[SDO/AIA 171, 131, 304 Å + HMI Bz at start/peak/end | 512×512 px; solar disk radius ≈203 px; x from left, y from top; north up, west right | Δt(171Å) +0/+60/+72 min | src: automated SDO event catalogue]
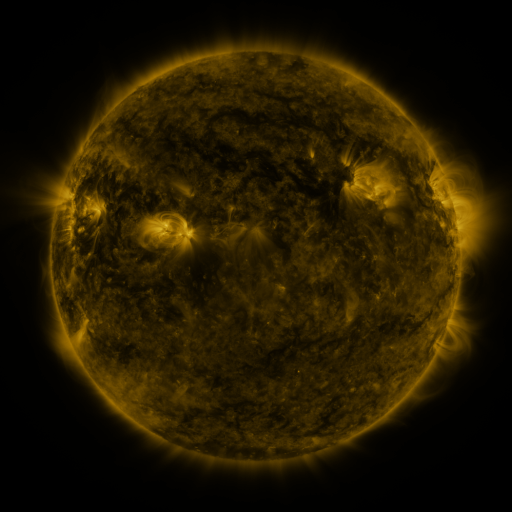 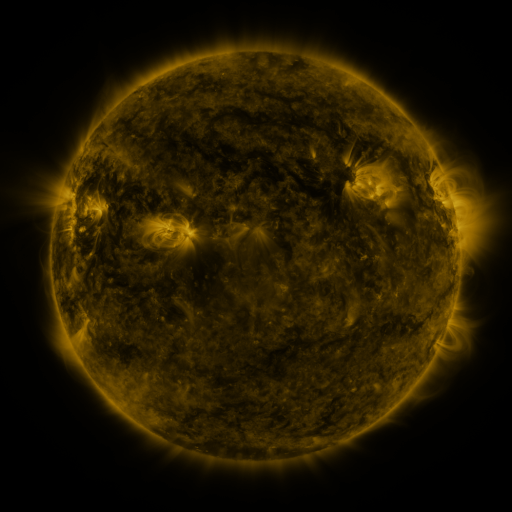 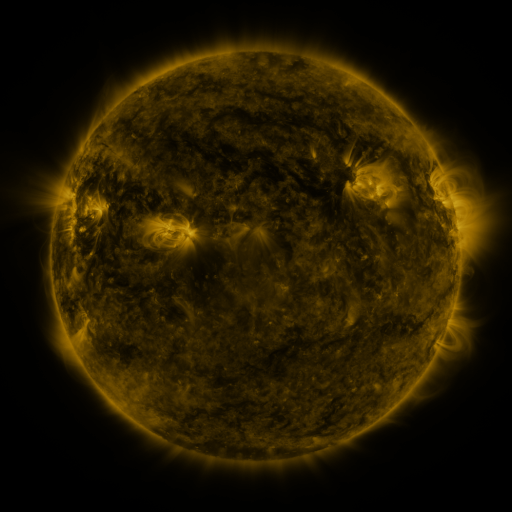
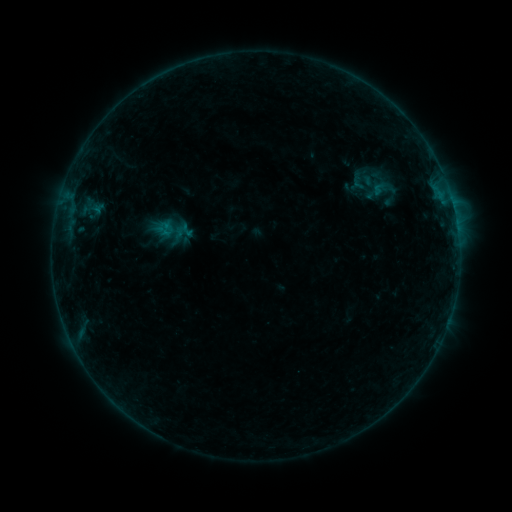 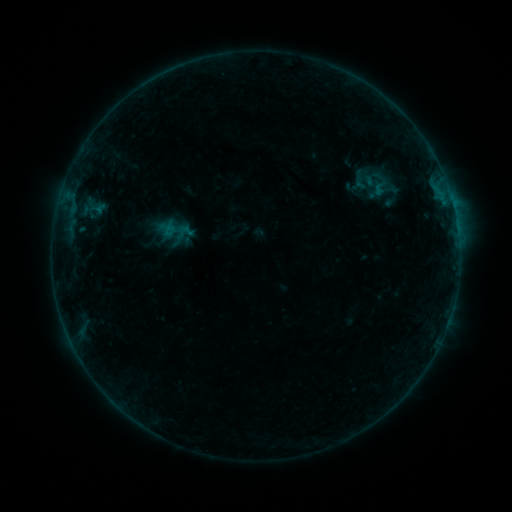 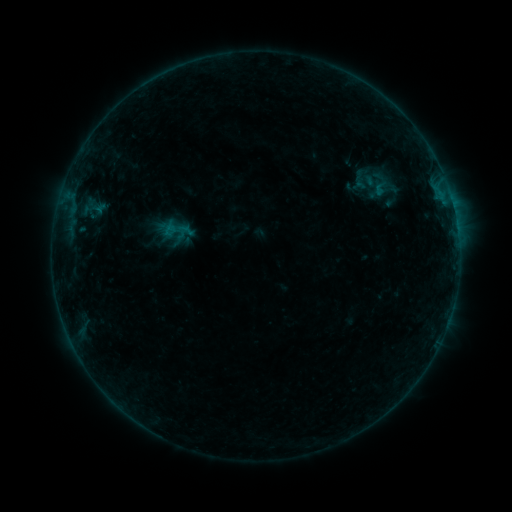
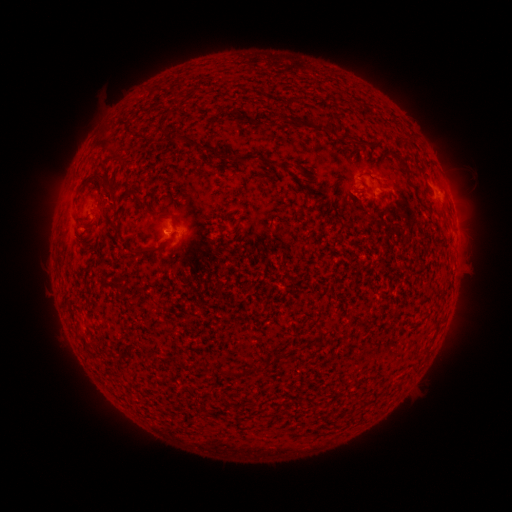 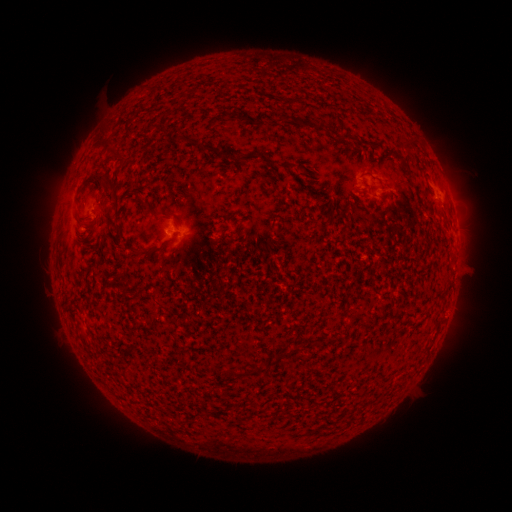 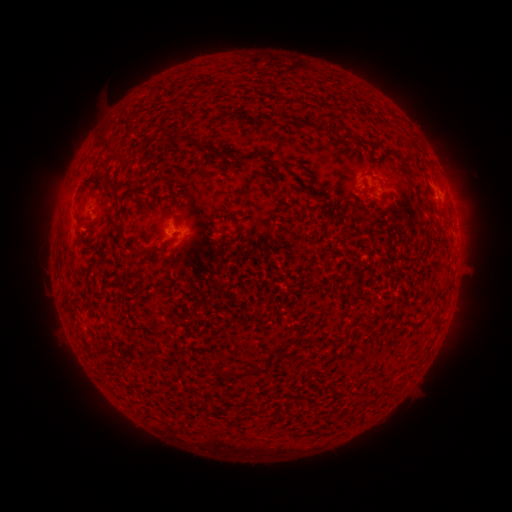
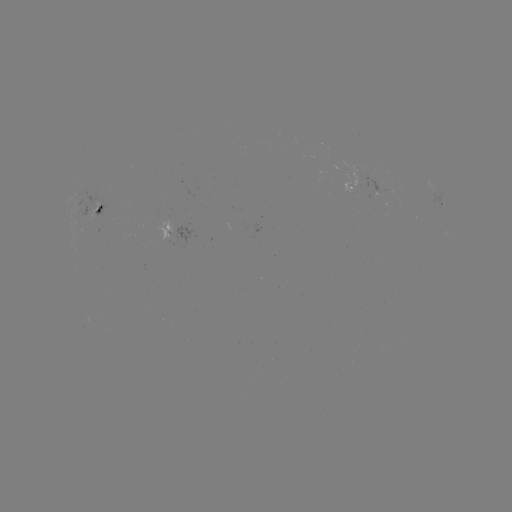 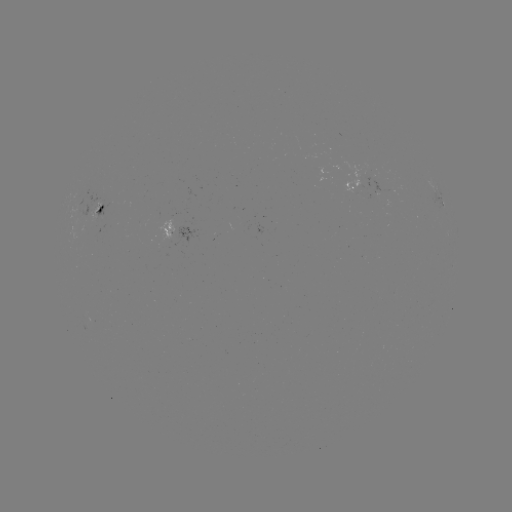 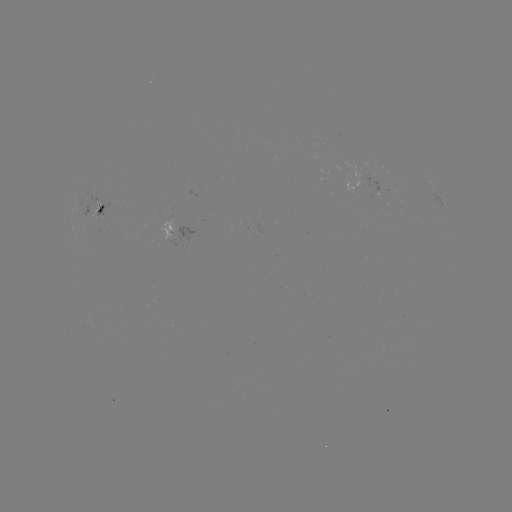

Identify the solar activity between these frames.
emerging-flux region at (93, 208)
